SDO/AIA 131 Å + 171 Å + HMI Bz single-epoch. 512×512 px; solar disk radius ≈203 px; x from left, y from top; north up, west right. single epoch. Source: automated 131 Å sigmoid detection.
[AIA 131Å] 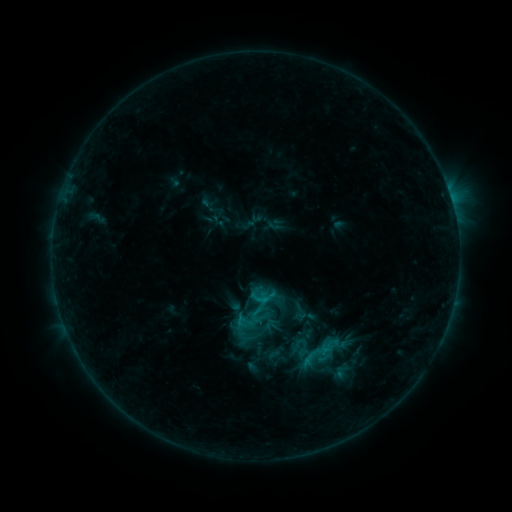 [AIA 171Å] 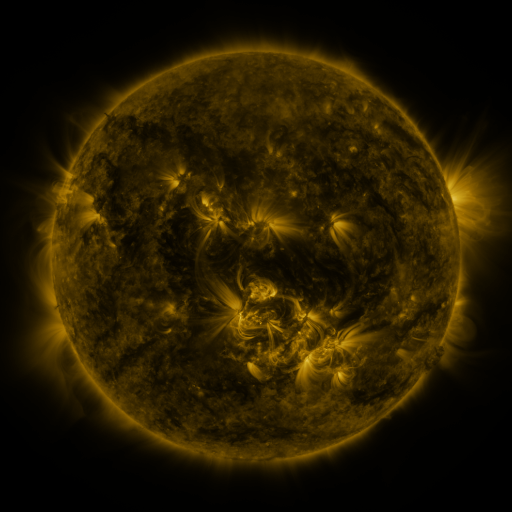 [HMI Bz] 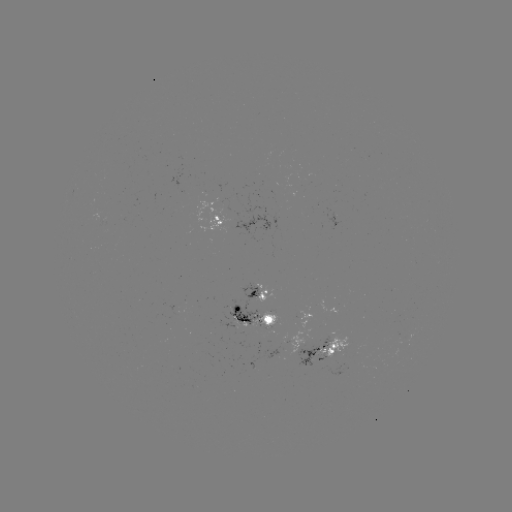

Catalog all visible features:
sigmoid: (250, 287, 269, 306)
sigmoid: (226, 315, 263, 350)
